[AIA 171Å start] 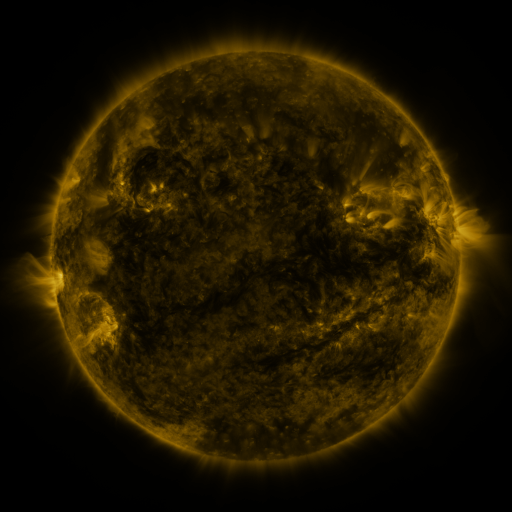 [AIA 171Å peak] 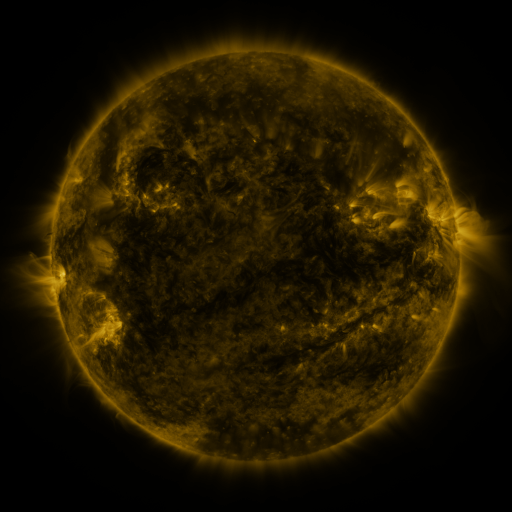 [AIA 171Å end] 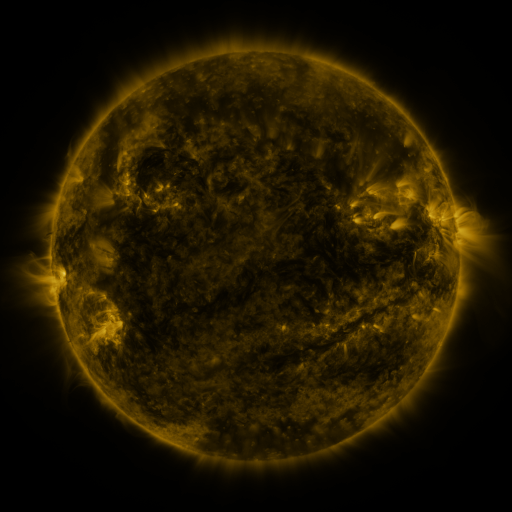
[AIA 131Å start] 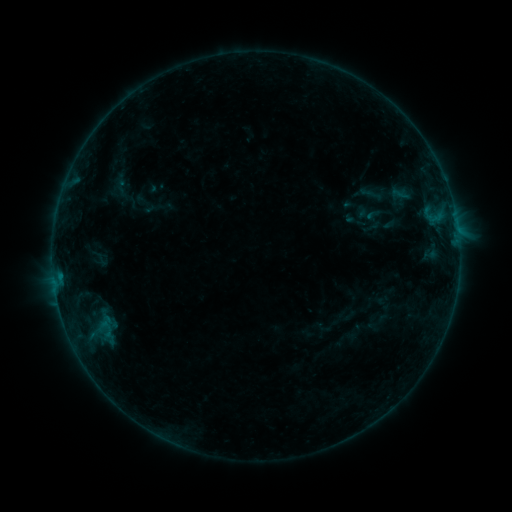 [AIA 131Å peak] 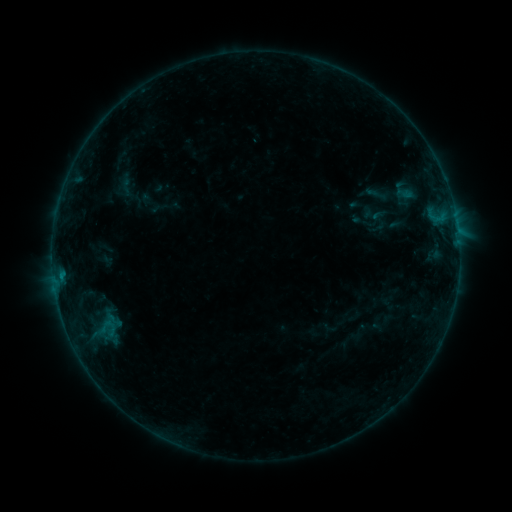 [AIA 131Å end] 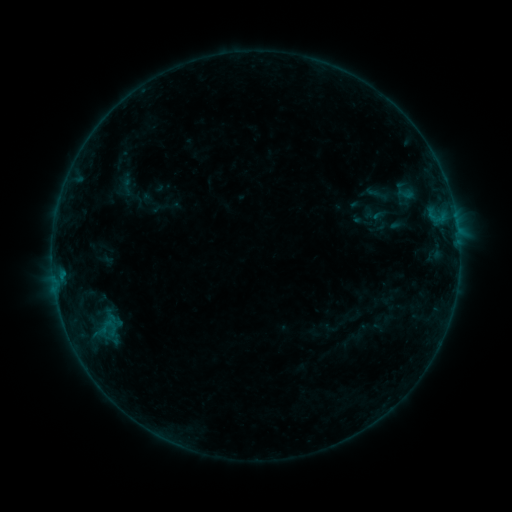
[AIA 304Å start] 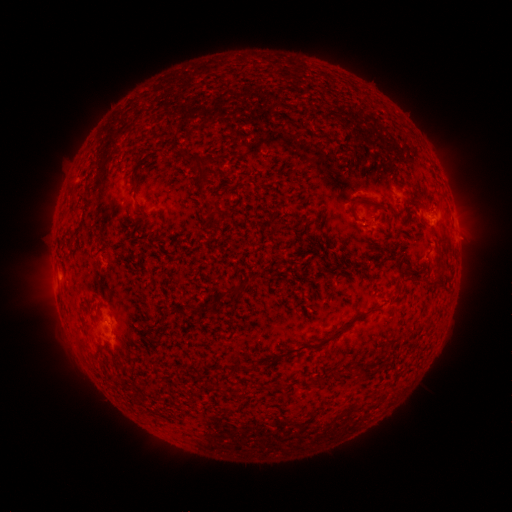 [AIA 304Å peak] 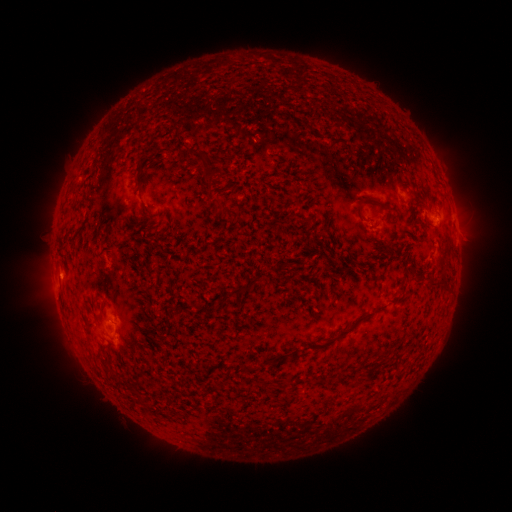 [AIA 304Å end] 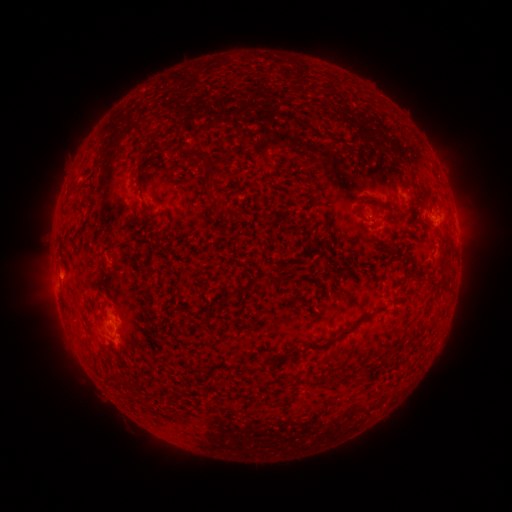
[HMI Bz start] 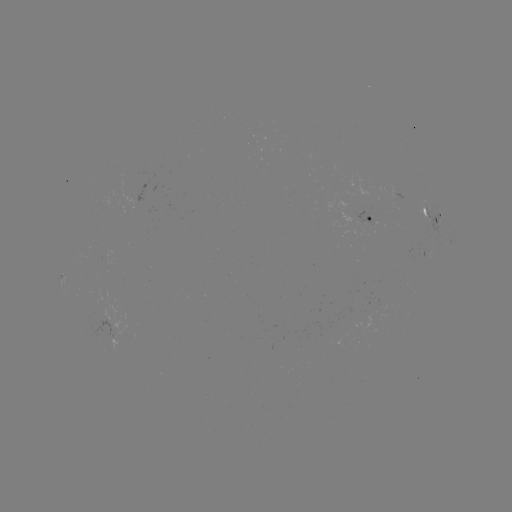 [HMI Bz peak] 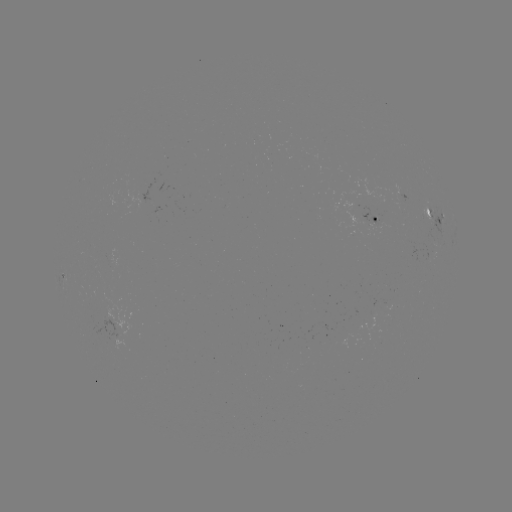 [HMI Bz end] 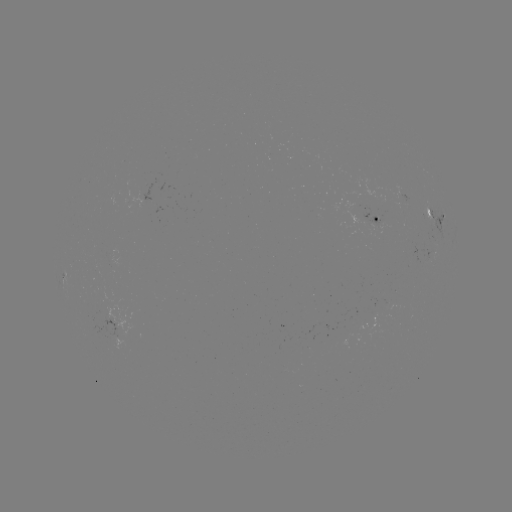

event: emerging-flux region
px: (372, 221)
